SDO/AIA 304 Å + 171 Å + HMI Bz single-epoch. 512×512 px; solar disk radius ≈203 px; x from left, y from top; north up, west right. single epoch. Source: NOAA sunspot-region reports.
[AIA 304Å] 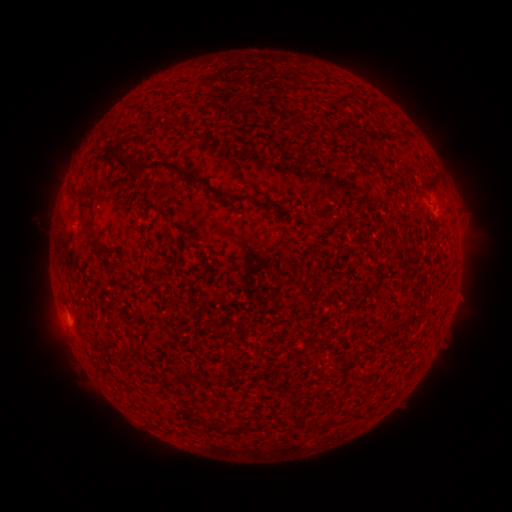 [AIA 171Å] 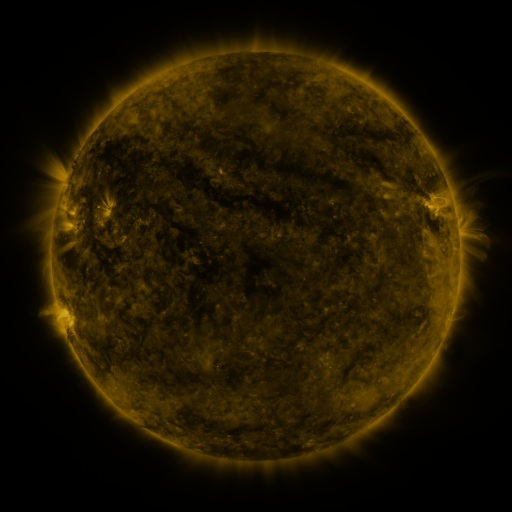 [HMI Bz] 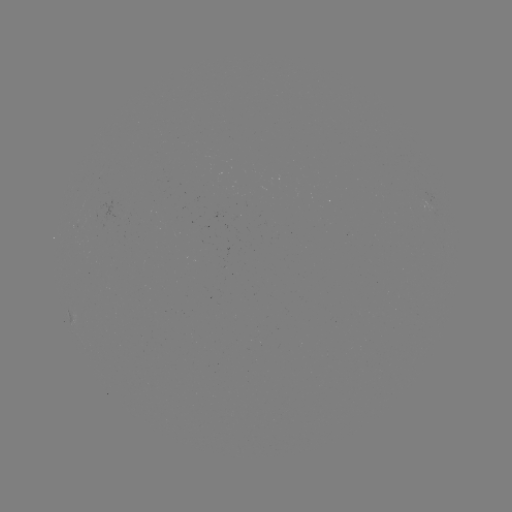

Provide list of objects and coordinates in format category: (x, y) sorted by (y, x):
(none)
